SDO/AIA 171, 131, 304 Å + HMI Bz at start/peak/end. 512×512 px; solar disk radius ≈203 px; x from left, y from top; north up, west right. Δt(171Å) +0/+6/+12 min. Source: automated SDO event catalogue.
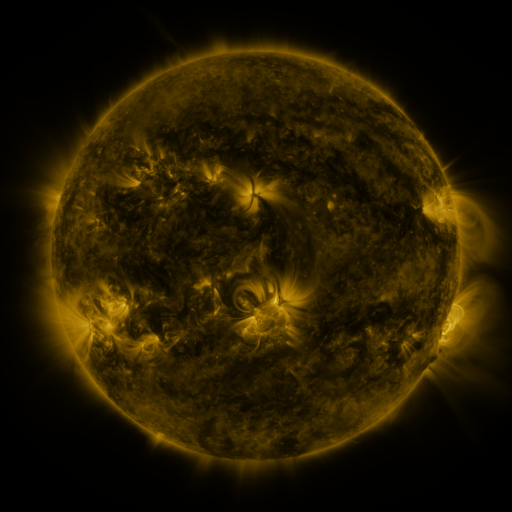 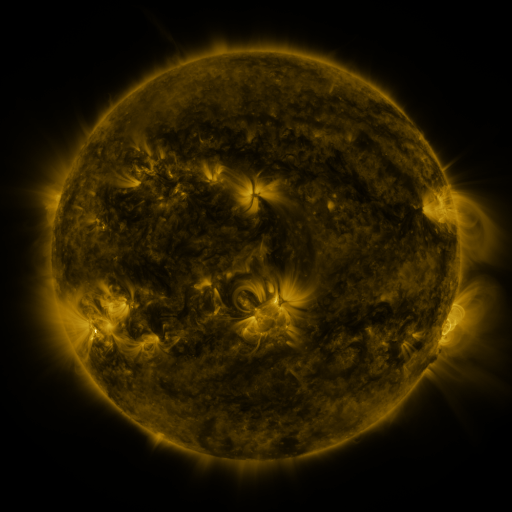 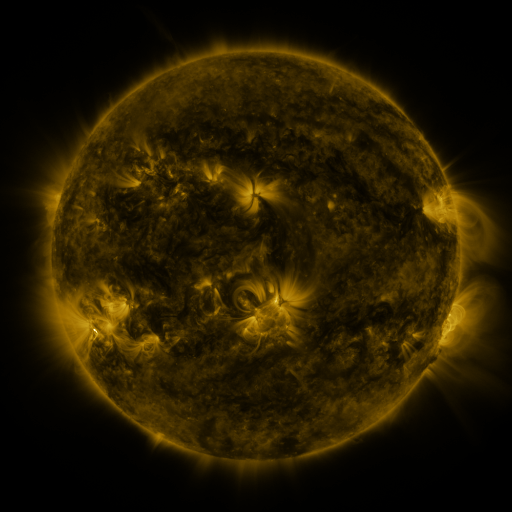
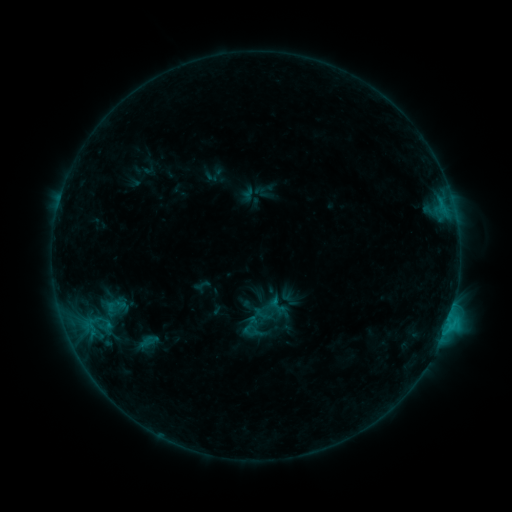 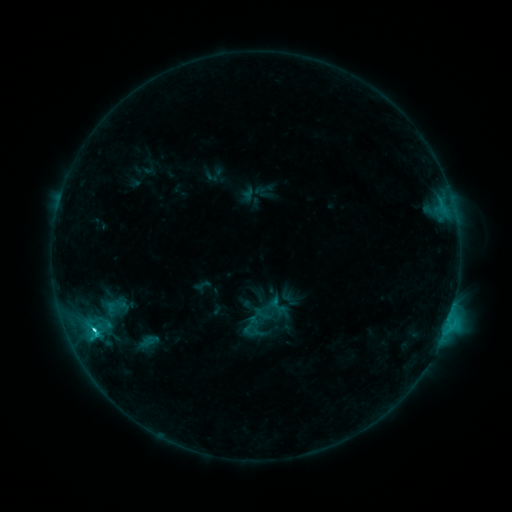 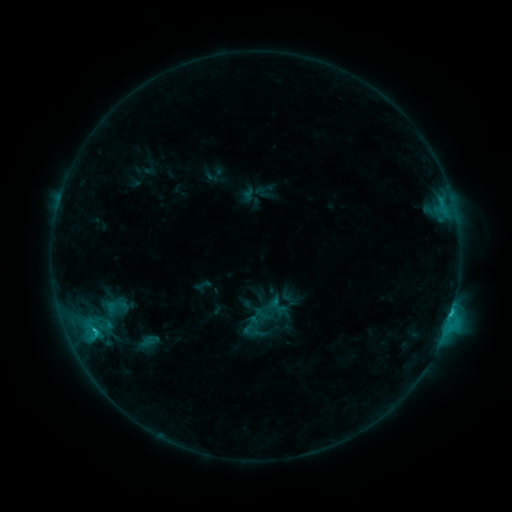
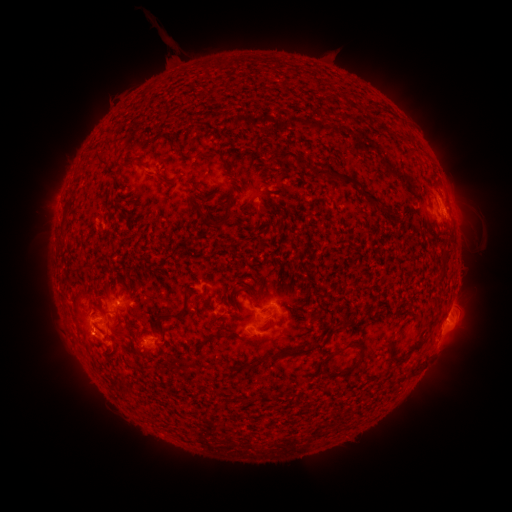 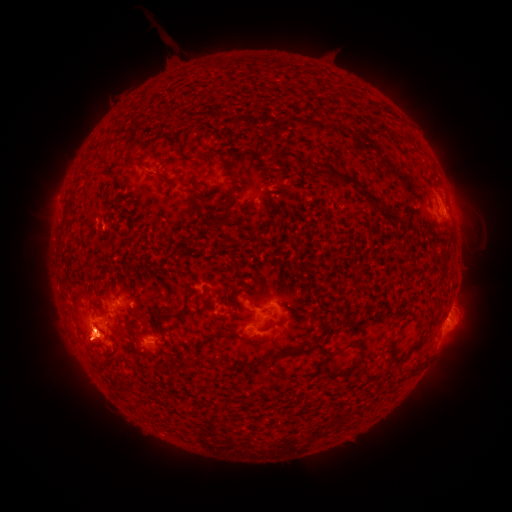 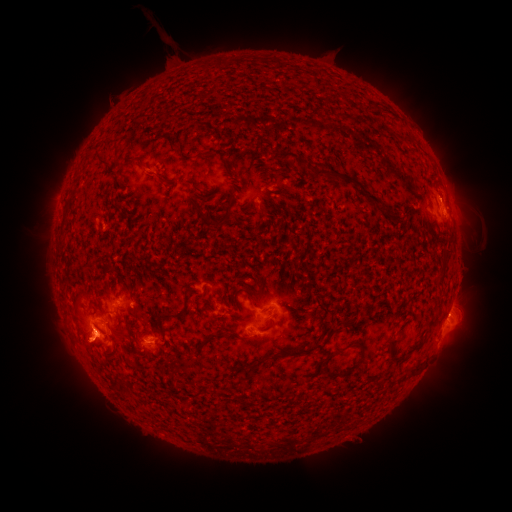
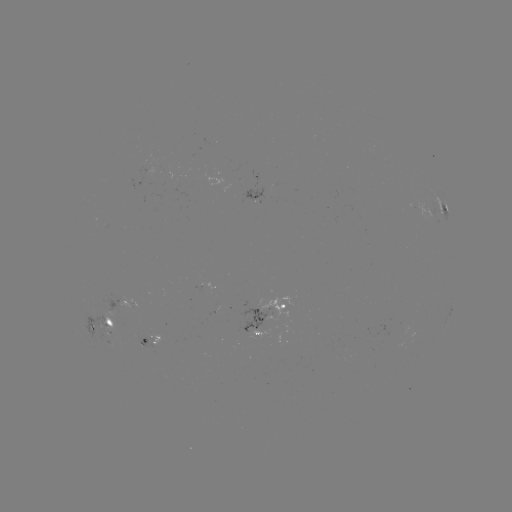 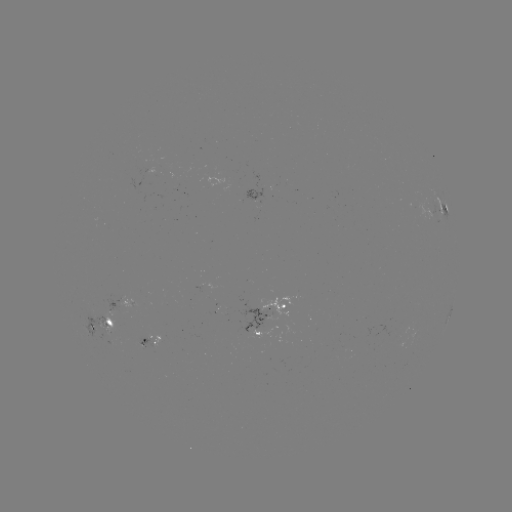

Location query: eruption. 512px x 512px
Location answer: (88, 338).